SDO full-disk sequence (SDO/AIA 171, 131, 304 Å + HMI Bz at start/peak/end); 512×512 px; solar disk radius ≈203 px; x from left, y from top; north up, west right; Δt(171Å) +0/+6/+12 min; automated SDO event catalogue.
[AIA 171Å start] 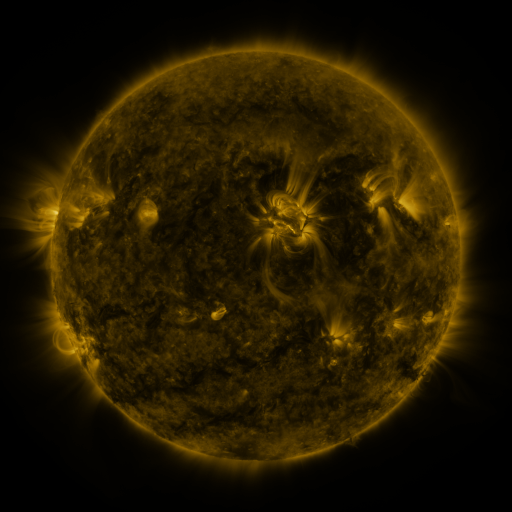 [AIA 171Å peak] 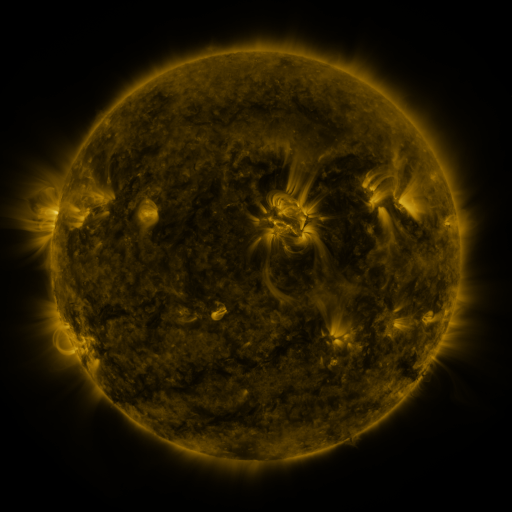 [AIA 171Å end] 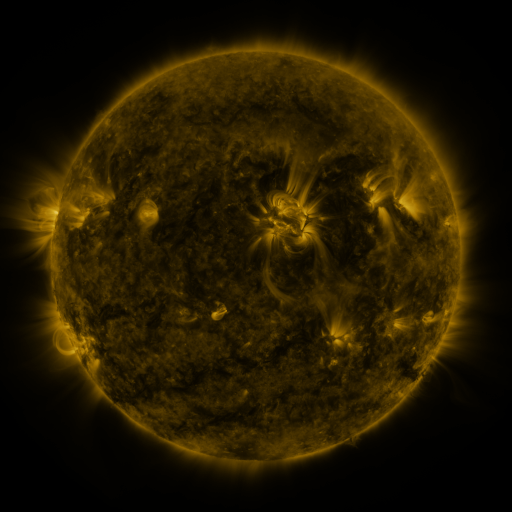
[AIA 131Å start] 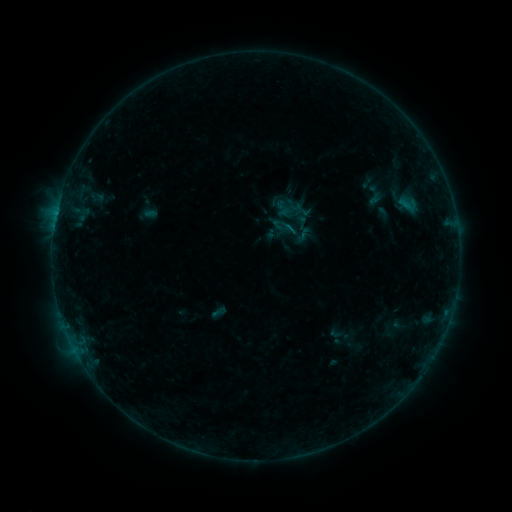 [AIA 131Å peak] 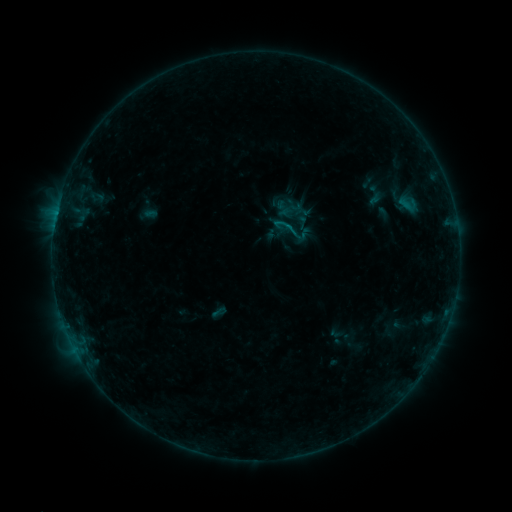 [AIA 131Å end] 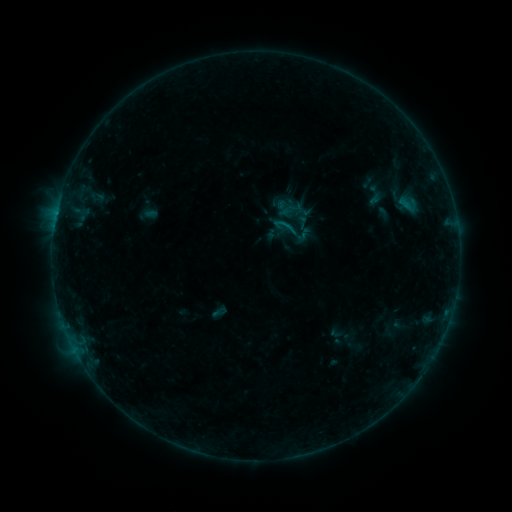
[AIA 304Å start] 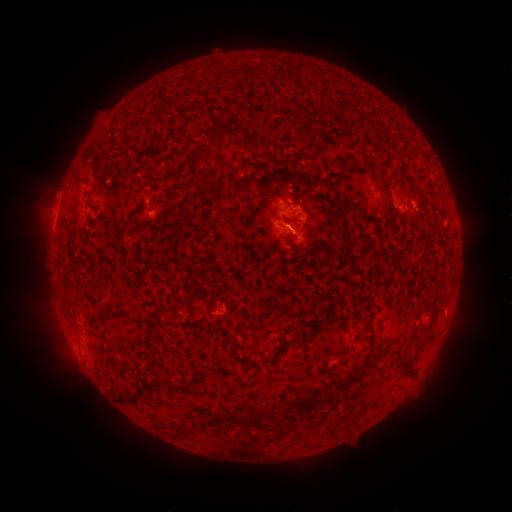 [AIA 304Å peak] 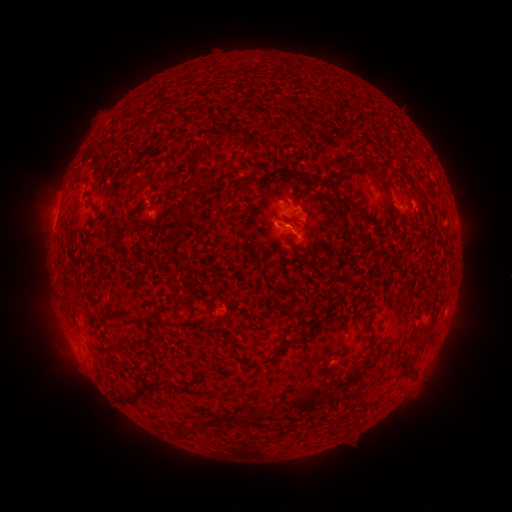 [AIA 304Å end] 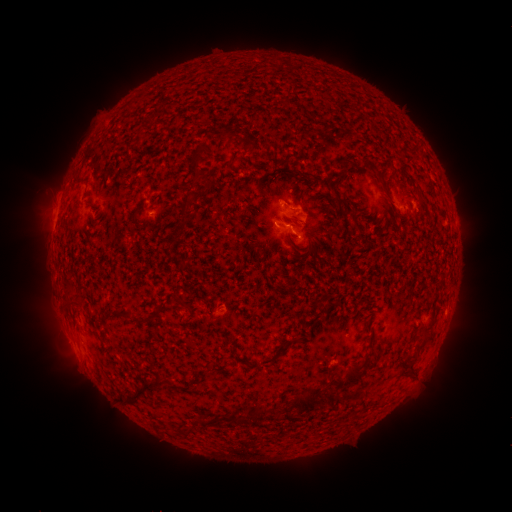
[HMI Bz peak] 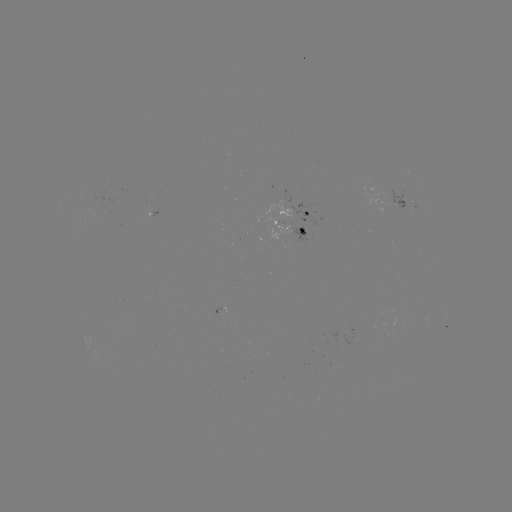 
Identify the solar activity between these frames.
B3.6 flare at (277, 225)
